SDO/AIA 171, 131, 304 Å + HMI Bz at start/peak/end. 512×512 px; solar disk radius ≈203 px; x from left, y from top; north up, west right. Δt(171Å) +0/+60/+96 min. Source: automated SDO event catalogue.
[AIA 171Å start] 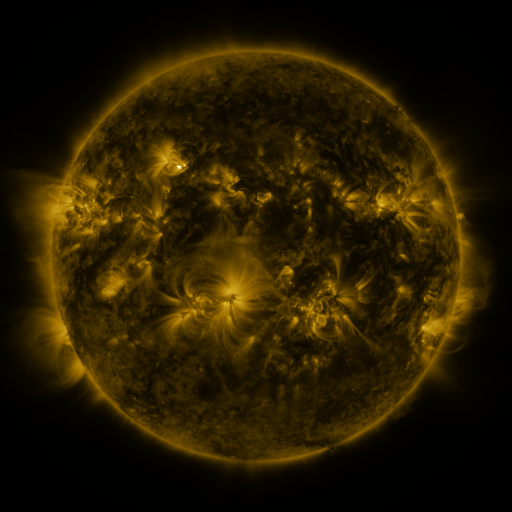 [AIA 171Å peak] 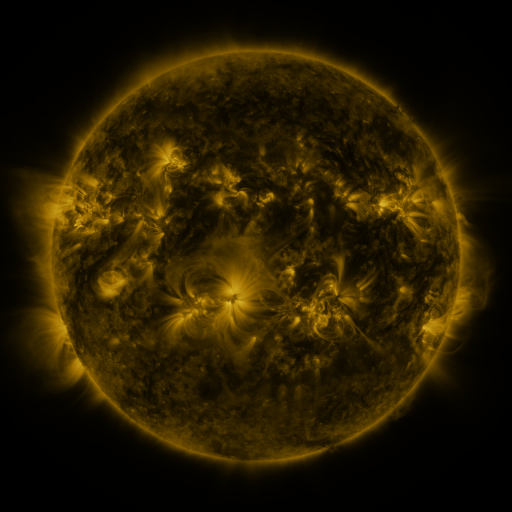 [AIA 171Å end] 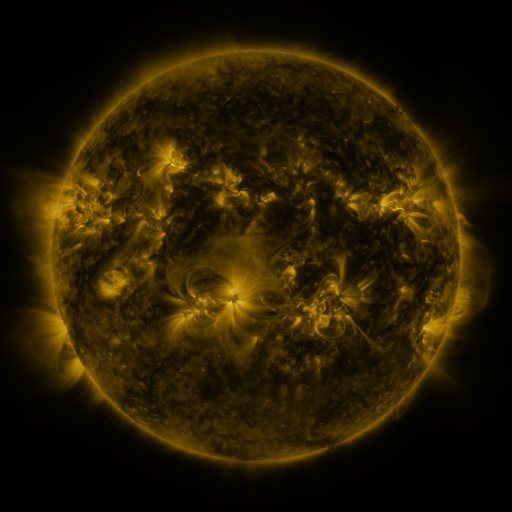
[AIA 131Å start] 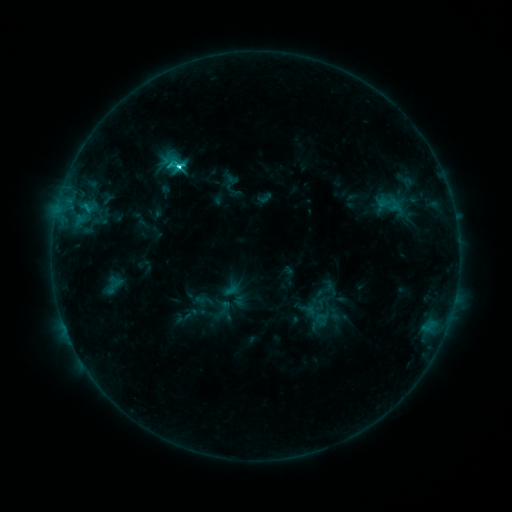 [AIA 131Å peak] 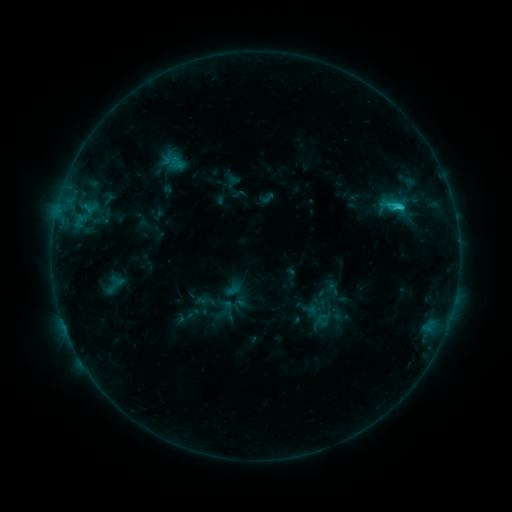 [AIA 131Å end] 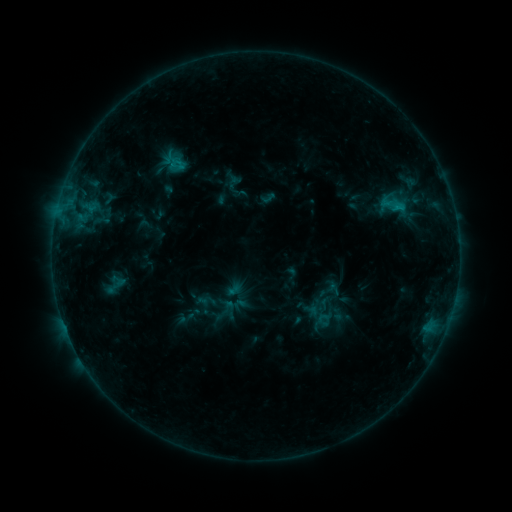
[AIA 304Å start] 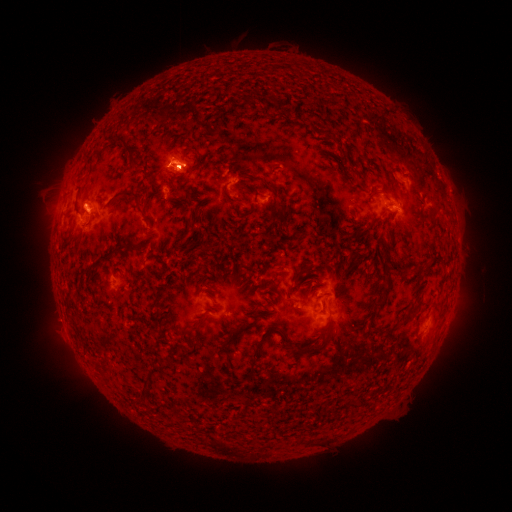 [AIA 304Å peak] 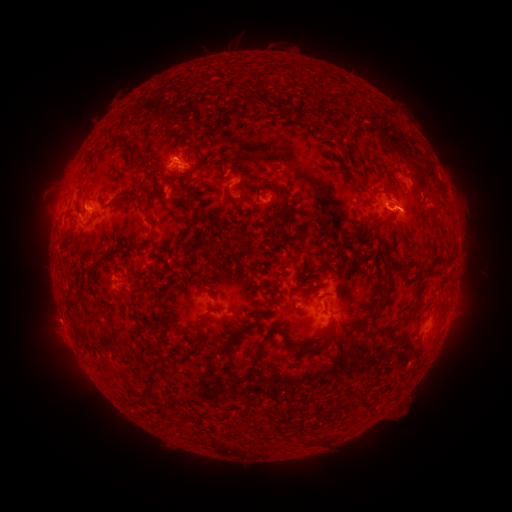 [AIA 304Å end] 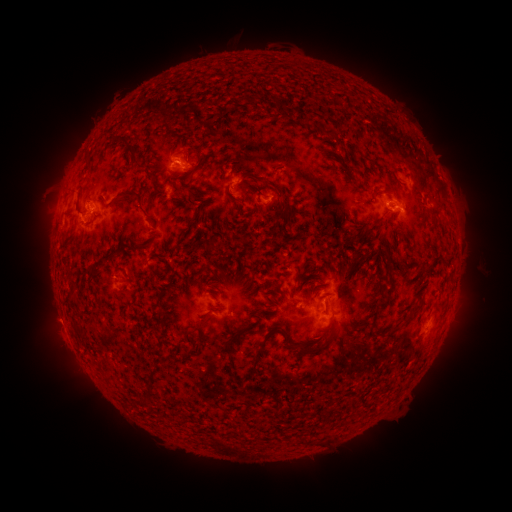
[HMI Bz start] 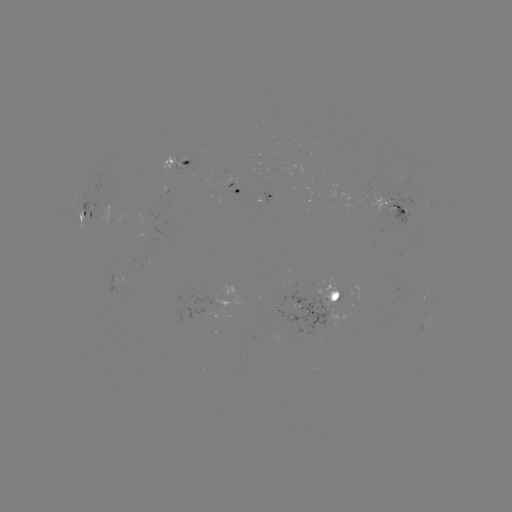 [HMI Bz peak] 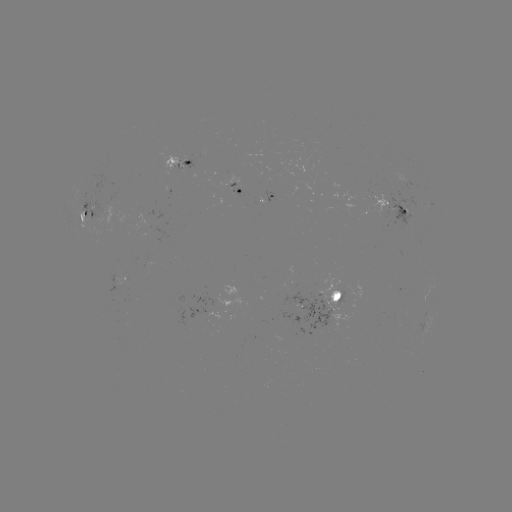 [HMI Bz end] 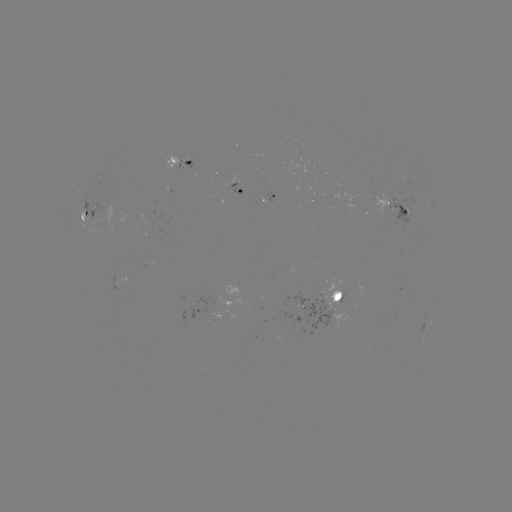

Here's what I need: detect emerging-flux region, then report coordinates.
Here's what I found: emerging-flux region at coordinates [381, 196].